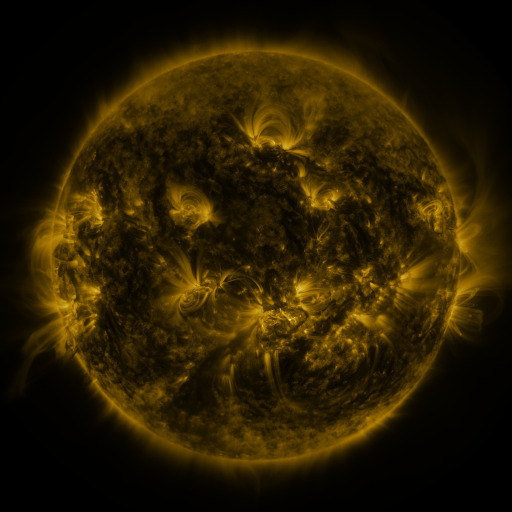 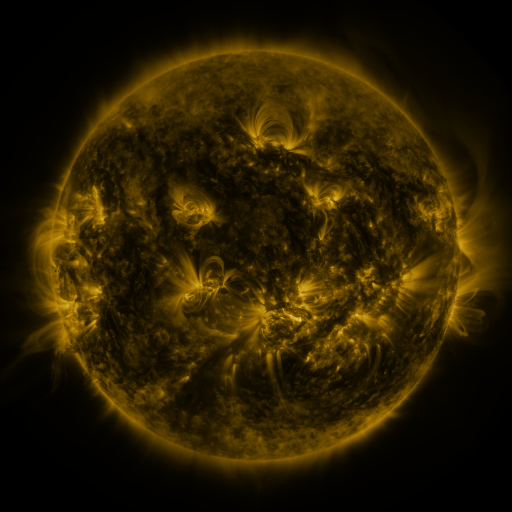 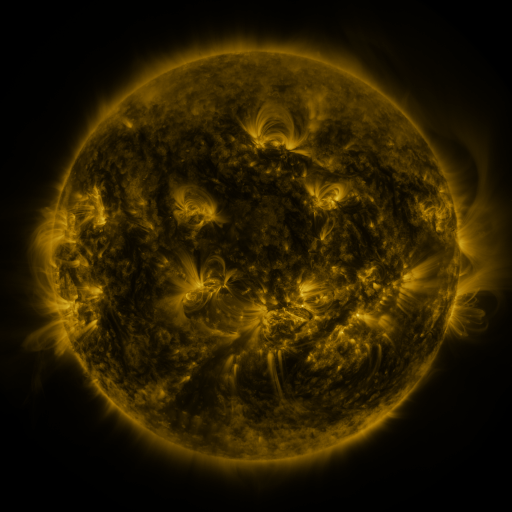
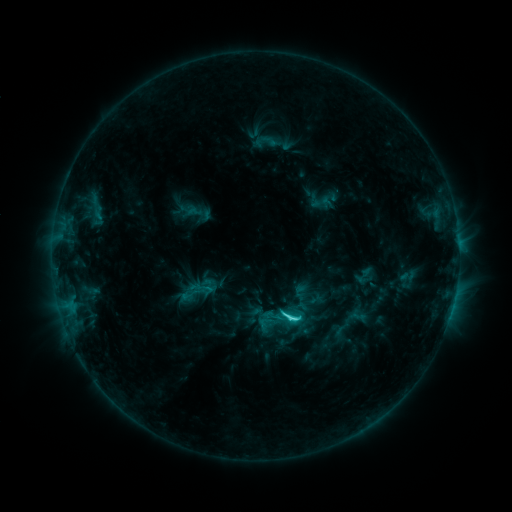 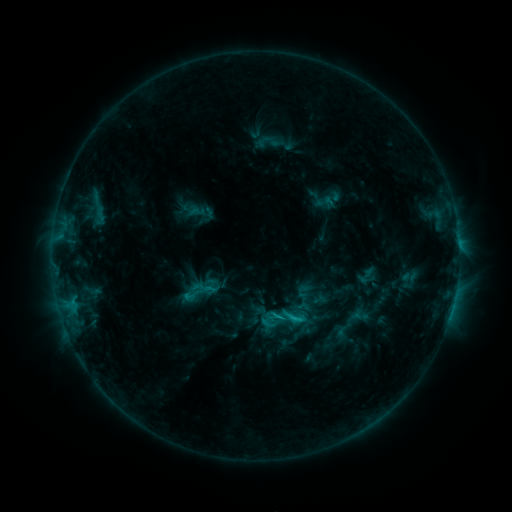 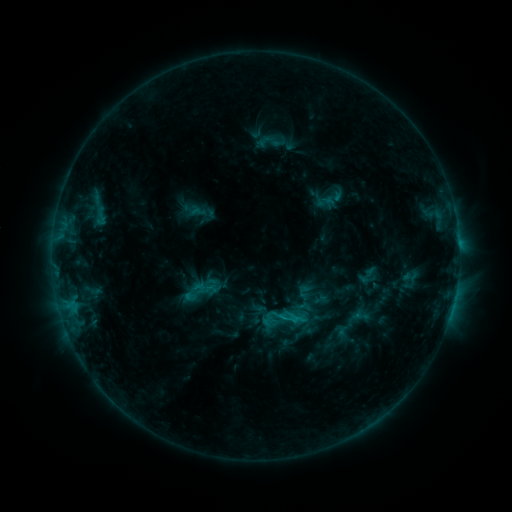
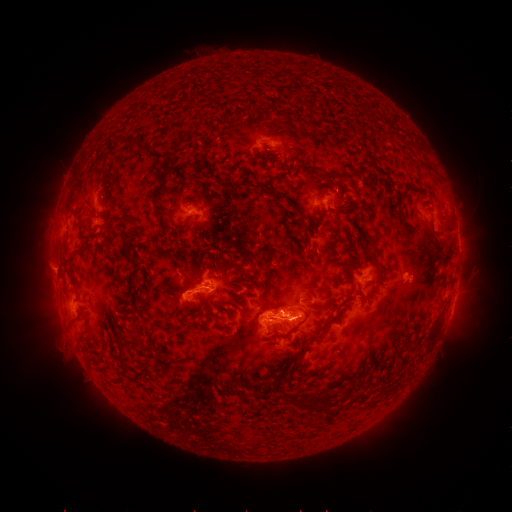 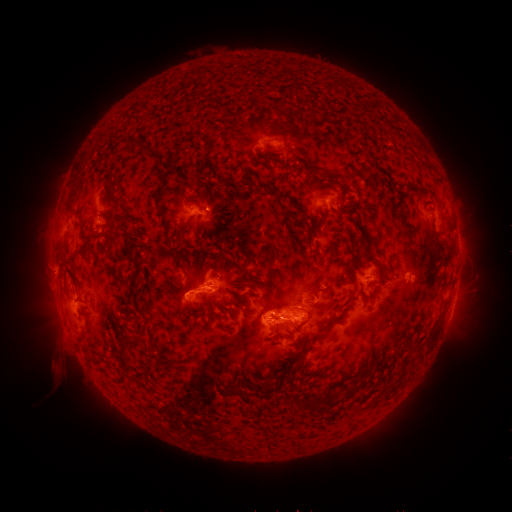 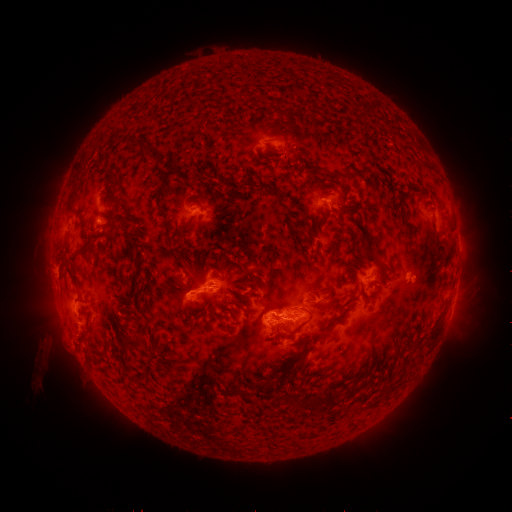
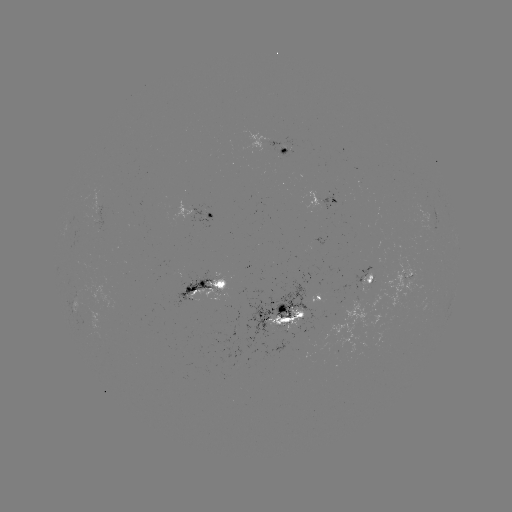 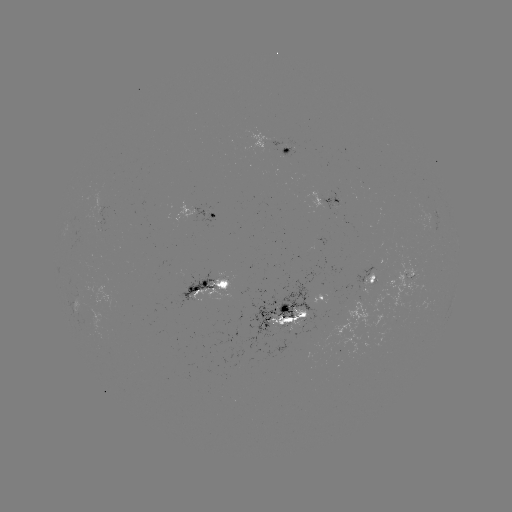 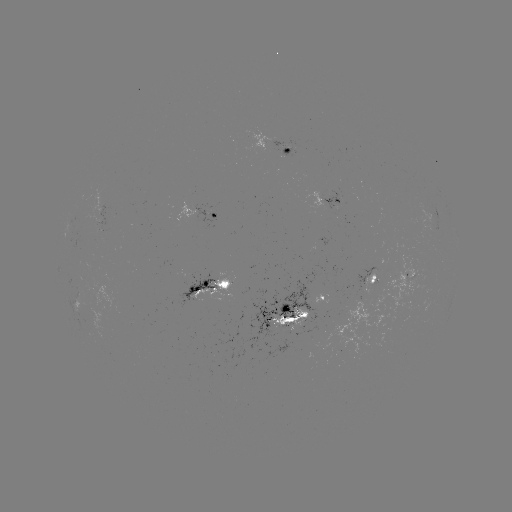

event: emerging-flux region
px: (323, 306)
